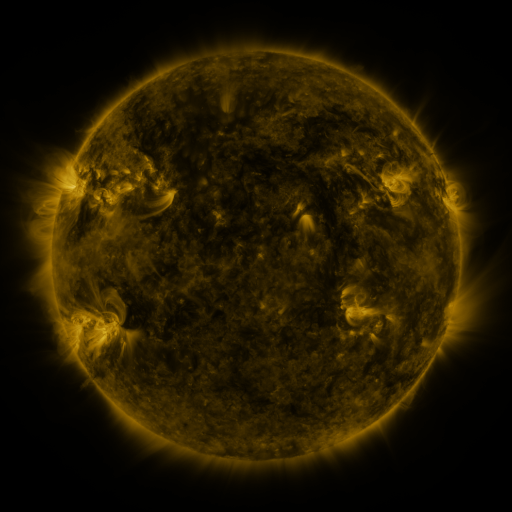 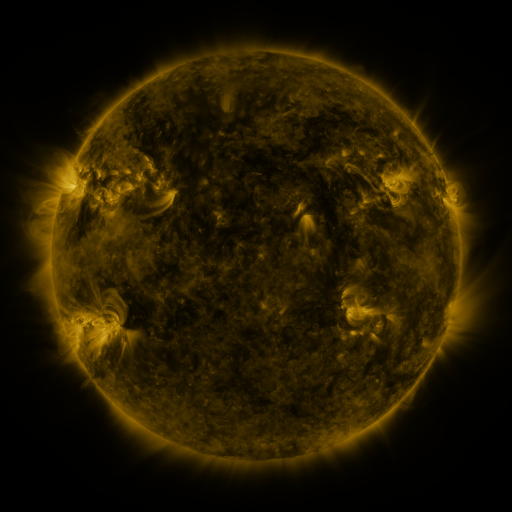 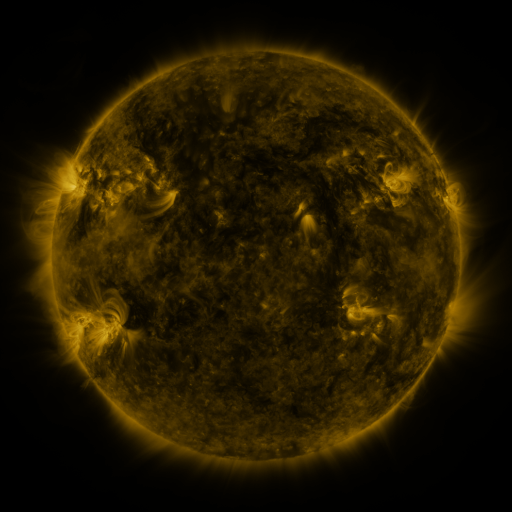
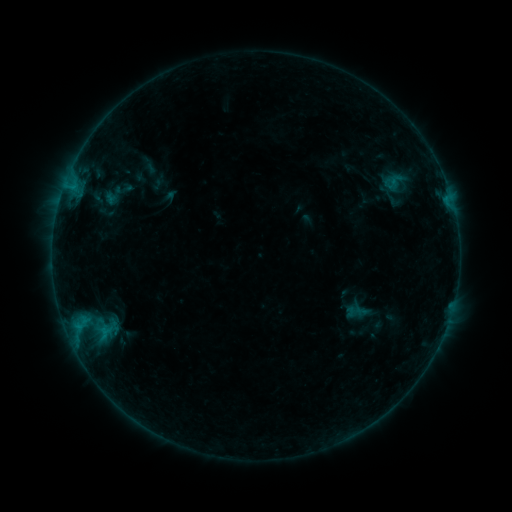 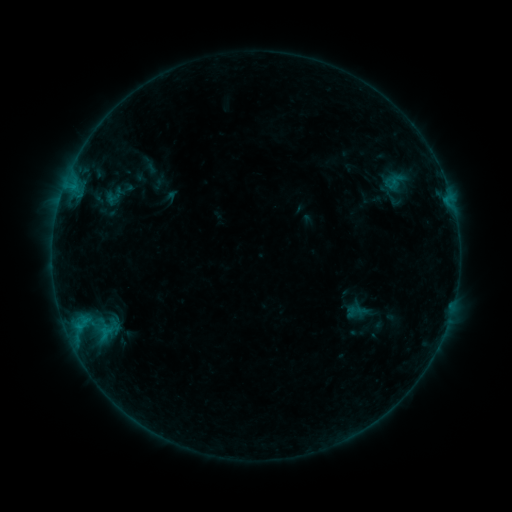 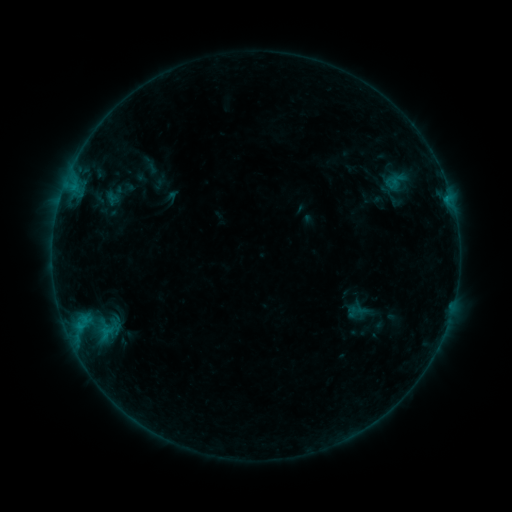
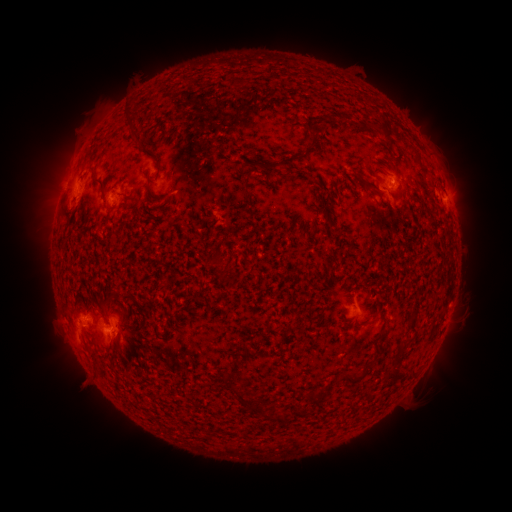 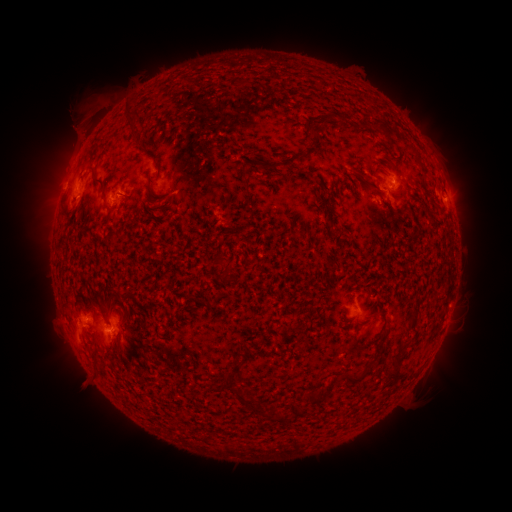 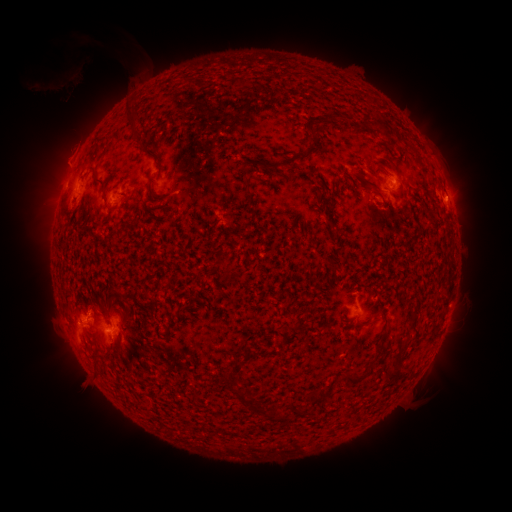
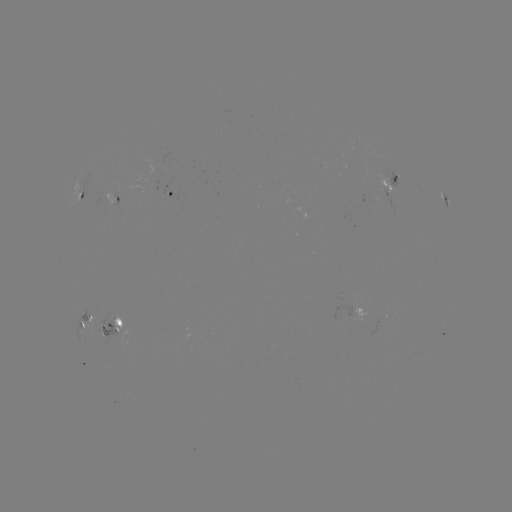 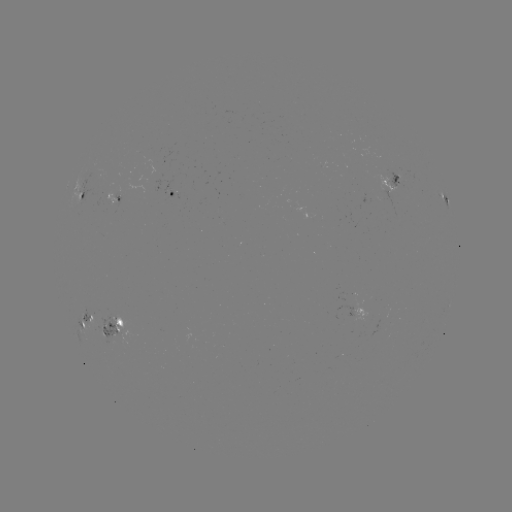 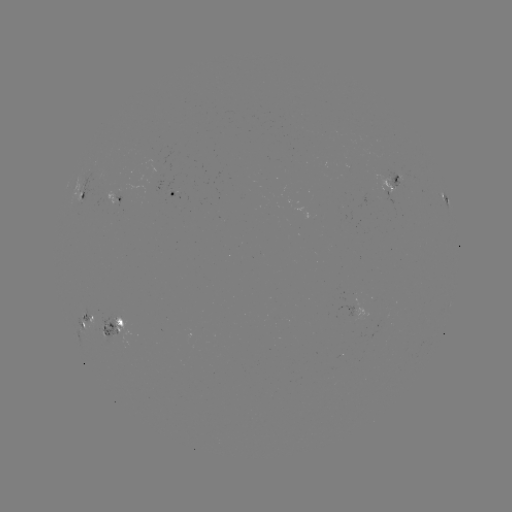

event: eruption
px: (85, 110)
